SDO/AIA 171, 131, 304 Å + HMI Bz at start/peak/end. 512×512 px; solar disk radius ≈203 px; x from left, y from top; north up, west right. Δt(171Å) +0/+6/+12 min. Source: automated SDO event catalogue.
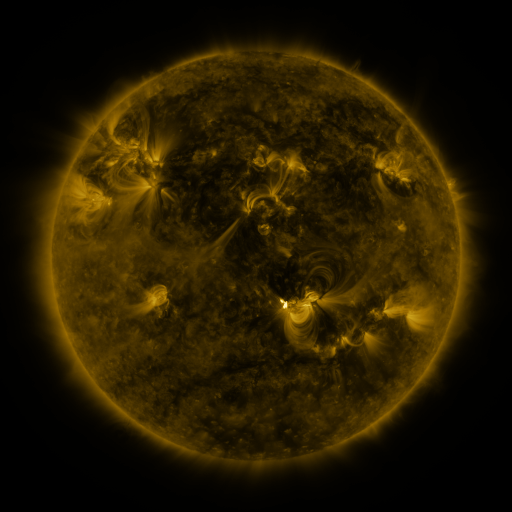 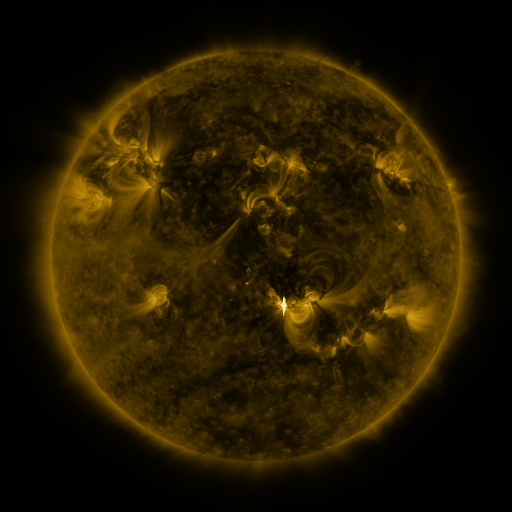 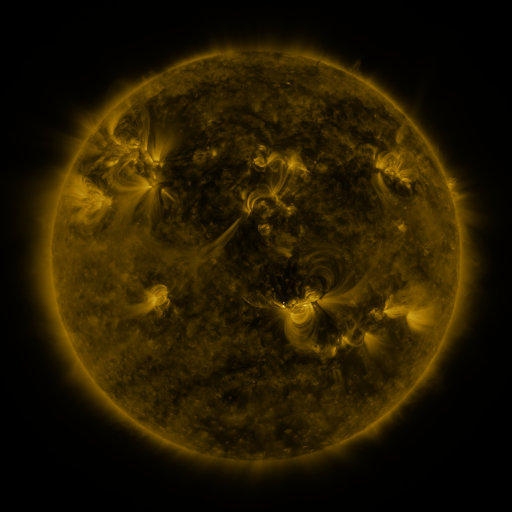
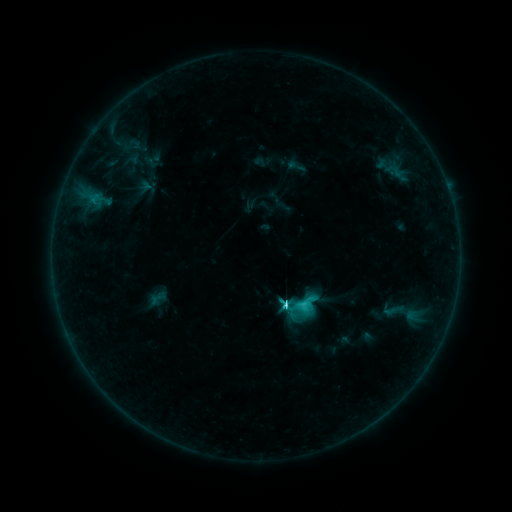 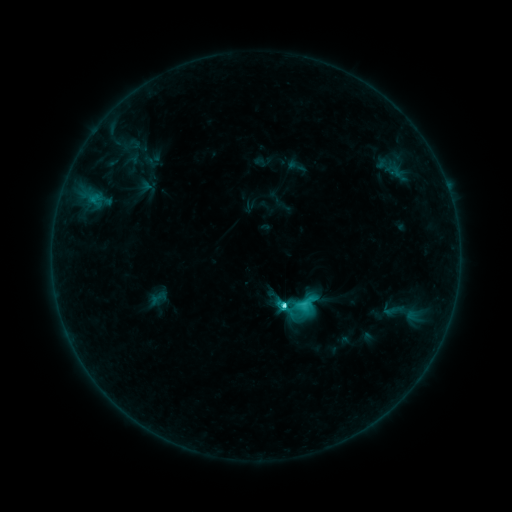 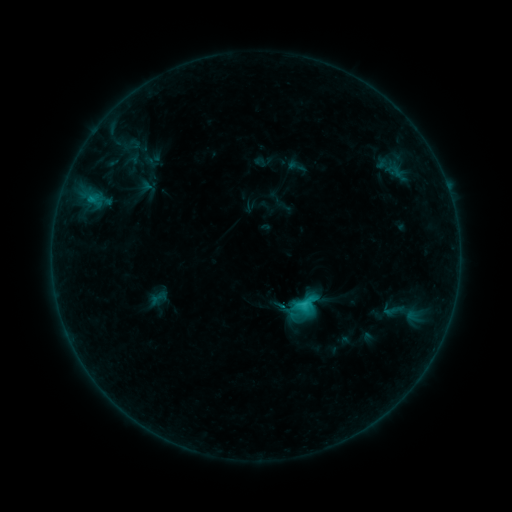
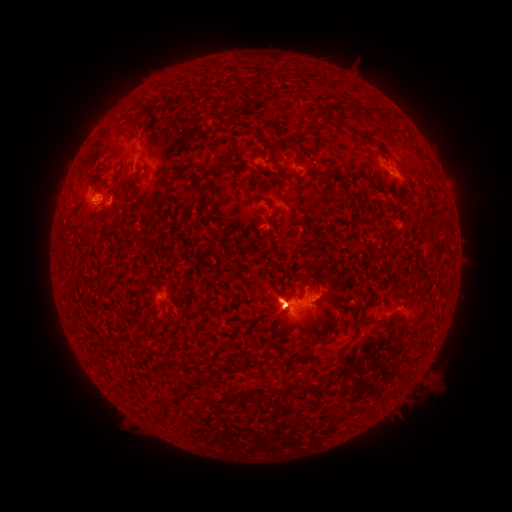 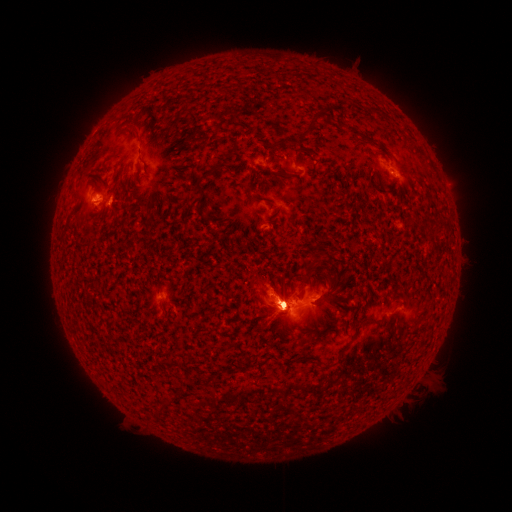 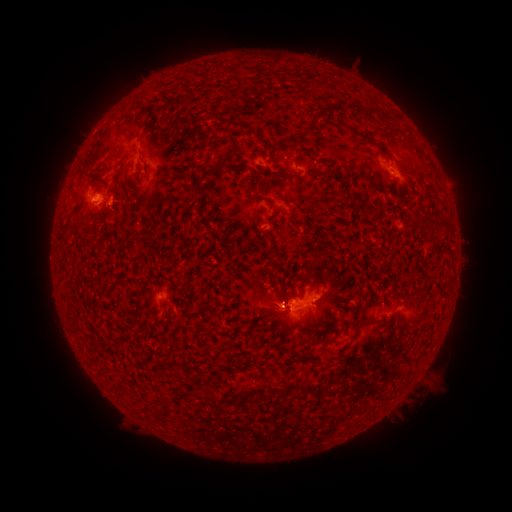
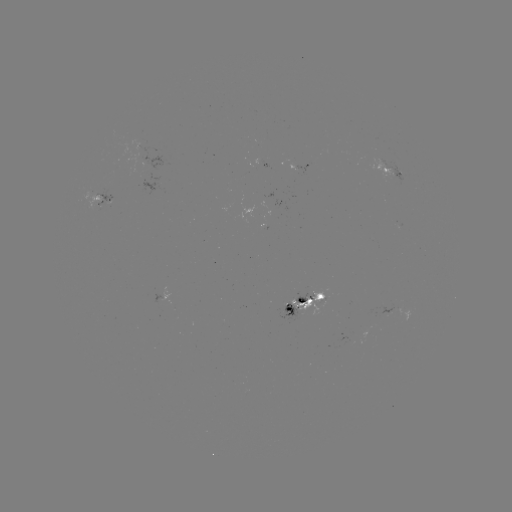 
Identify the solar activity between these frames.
eruption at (424, 362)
